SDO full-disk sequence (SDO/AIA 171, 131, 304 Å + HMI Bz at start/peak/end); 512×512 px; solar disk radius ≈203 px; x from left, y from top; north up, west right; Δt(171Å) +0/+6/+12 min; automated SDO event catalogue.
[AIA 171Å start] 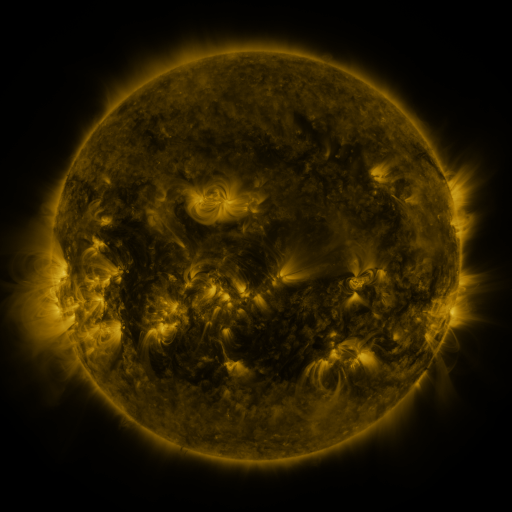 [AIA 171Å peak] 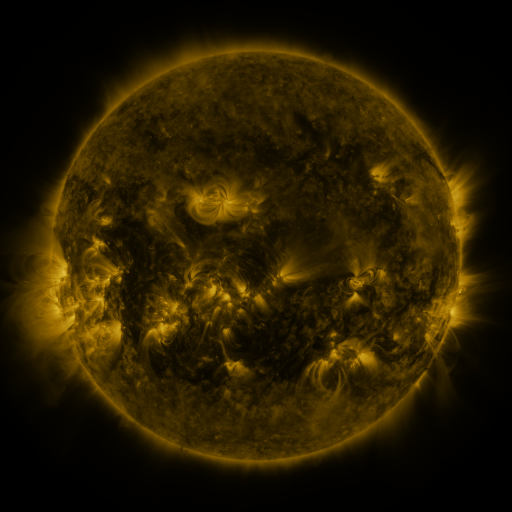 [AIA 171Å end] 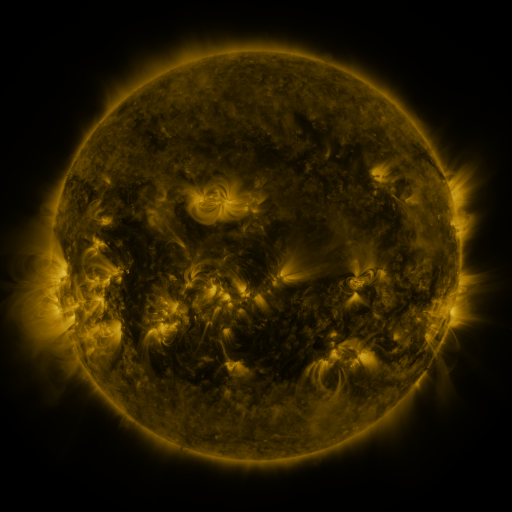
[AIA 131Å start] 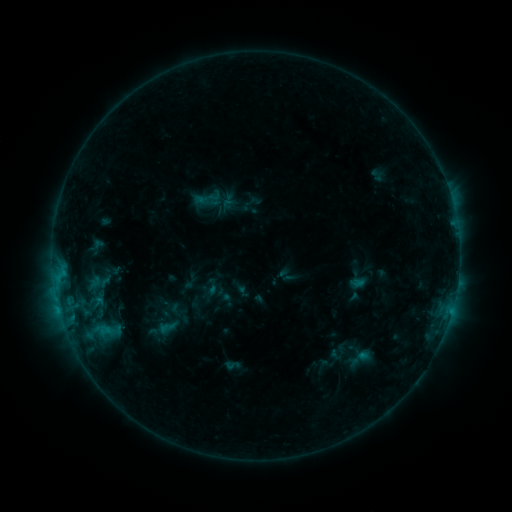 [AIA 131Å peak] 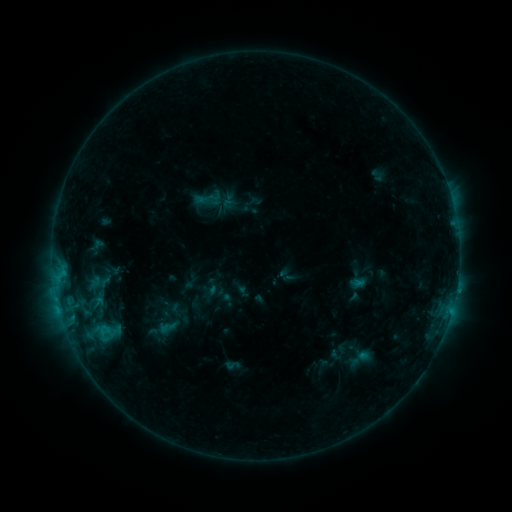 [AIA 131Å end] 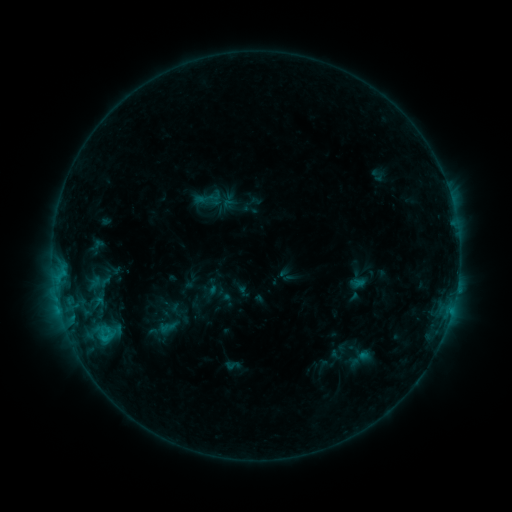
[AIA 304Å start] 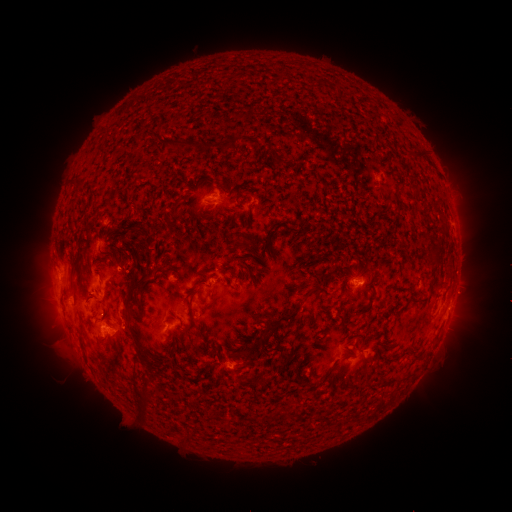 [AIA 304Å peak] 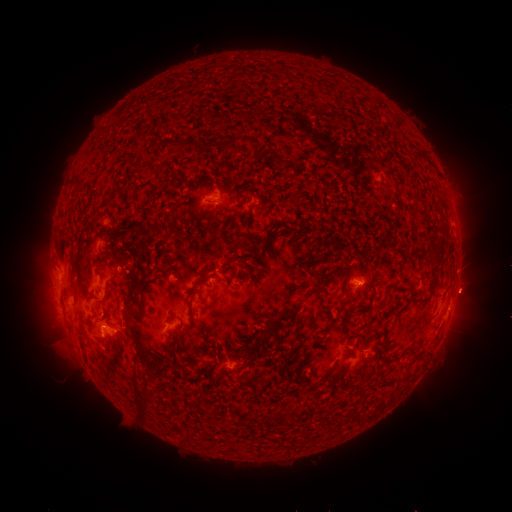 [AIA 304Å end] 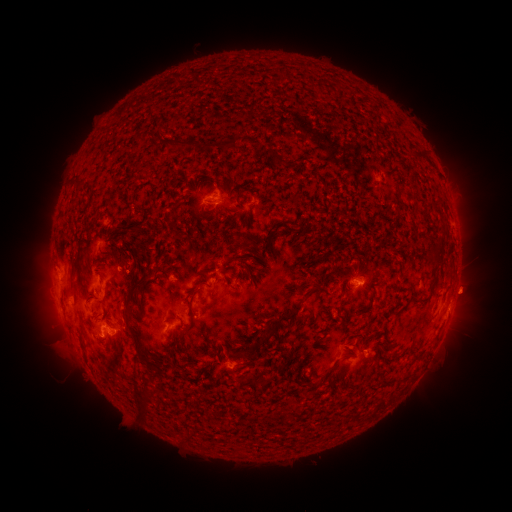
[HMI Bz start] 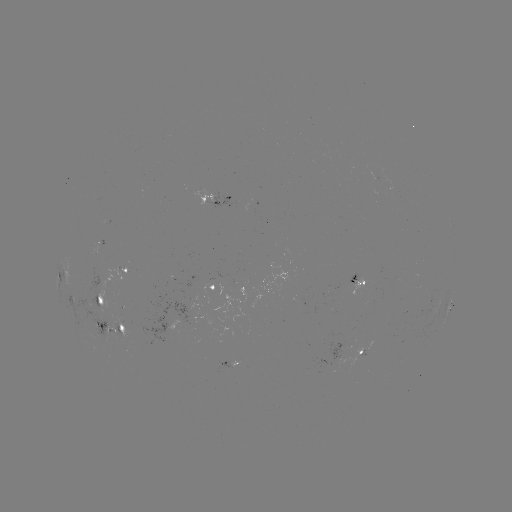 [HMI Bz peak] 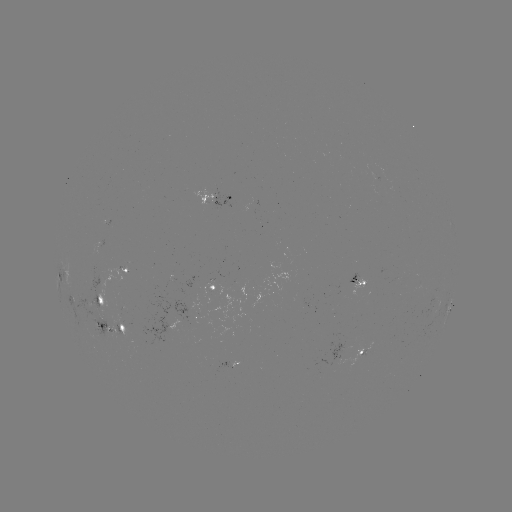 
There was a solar eruption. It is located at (471, 291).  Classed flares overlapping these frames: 1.